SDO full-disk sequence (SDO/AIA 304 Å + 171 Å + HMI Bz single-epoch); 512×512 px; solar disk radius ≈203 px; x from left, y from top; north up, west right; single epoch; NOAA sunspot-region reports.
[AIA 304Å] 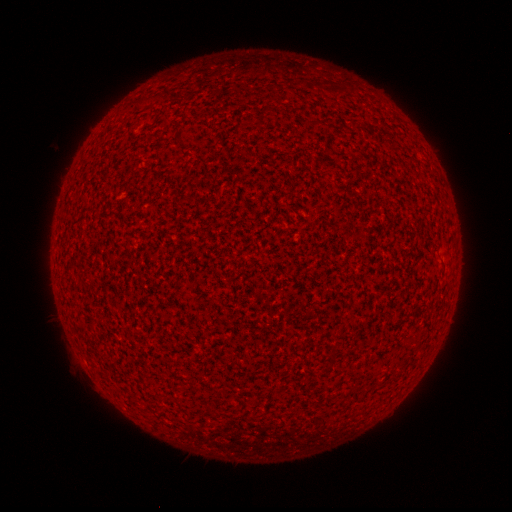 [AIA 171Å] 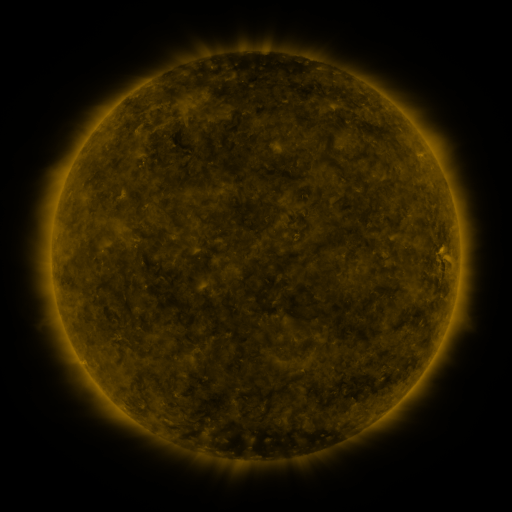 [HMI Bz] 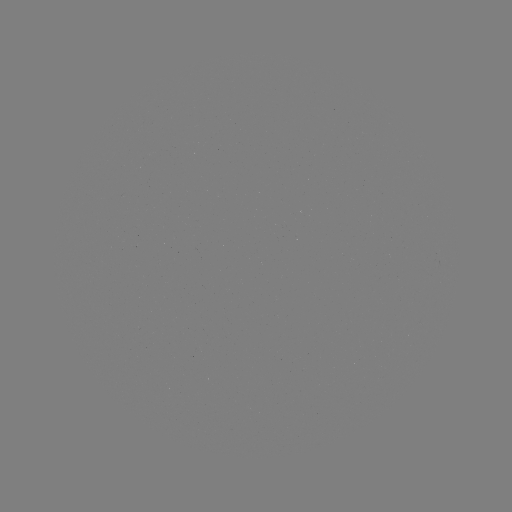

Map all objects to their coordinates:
(none)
